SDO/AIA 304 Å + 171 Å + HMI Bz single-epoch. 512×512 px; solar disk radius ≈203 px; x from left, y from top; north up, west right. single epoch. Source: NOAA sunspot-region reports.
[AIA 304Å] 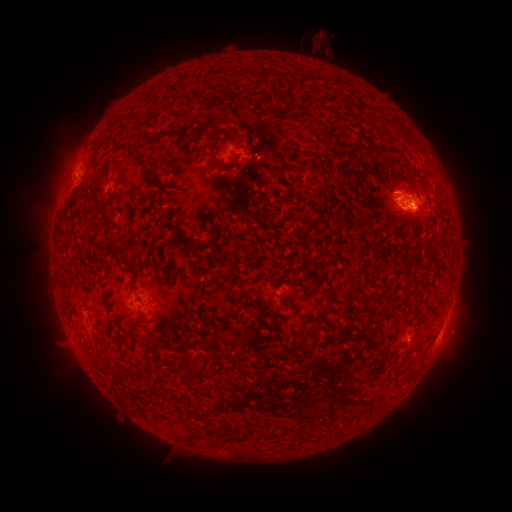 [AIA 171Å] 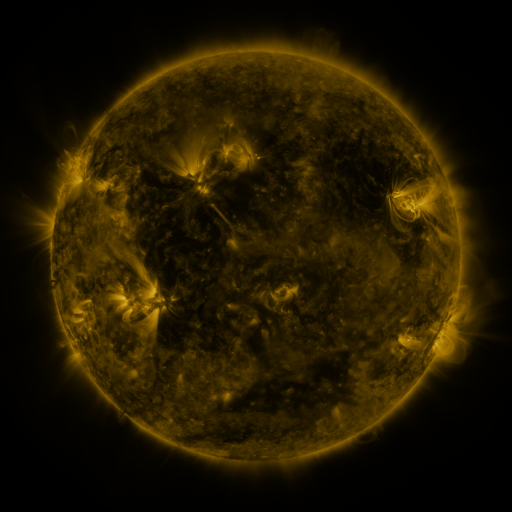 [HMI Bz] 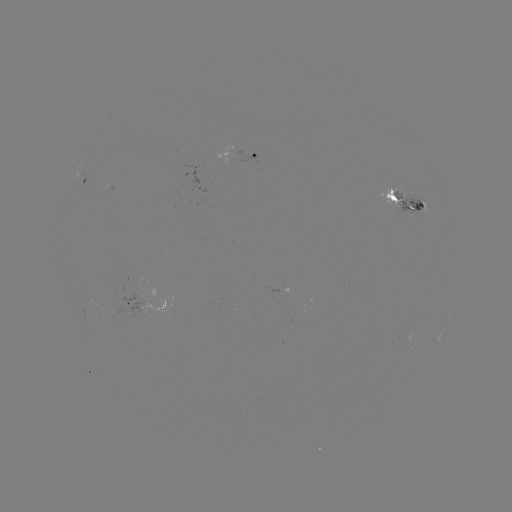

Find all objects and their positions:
spotted active region: (246, 154)
spotted active region: (86, 182)
spotted active region: (405, 199)
spotted active region: (283, 288)
spotted active region: (445, 323)
